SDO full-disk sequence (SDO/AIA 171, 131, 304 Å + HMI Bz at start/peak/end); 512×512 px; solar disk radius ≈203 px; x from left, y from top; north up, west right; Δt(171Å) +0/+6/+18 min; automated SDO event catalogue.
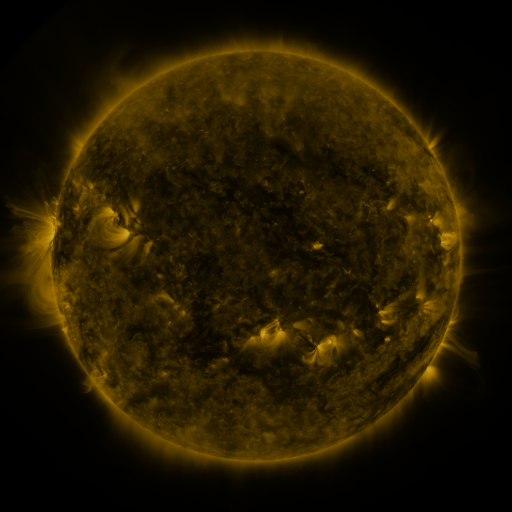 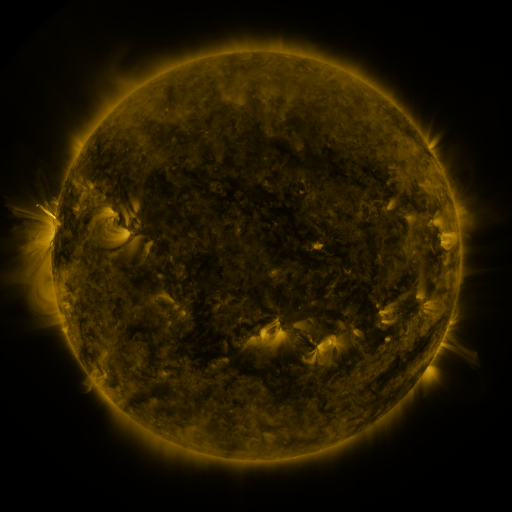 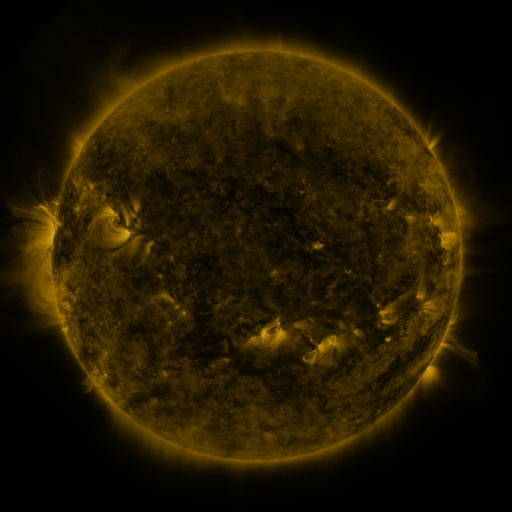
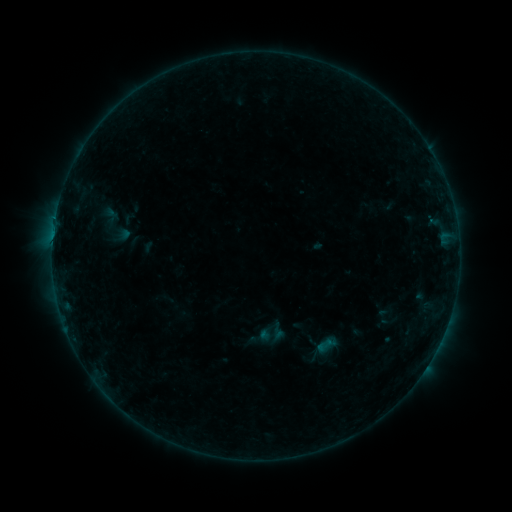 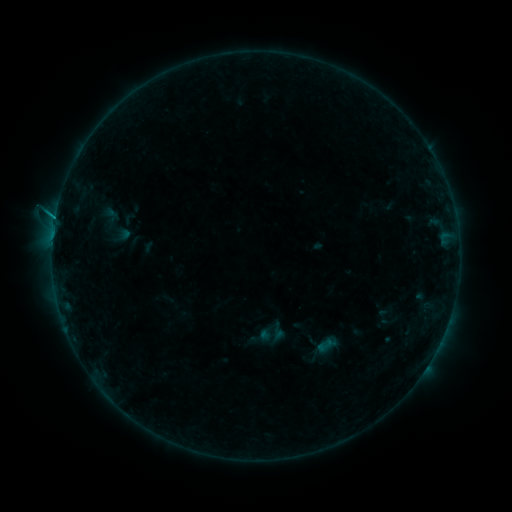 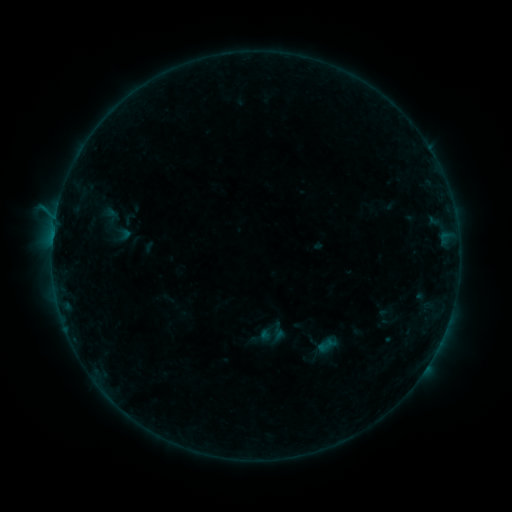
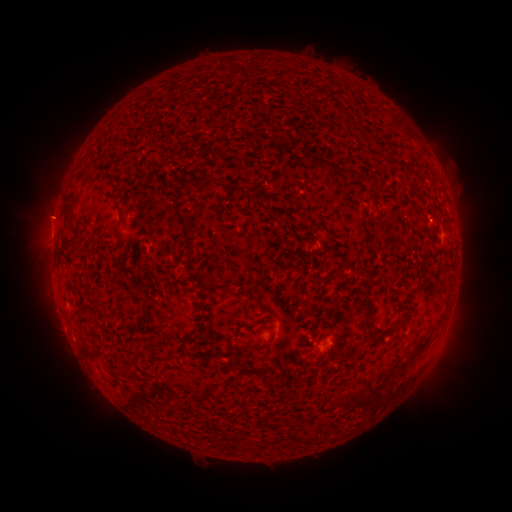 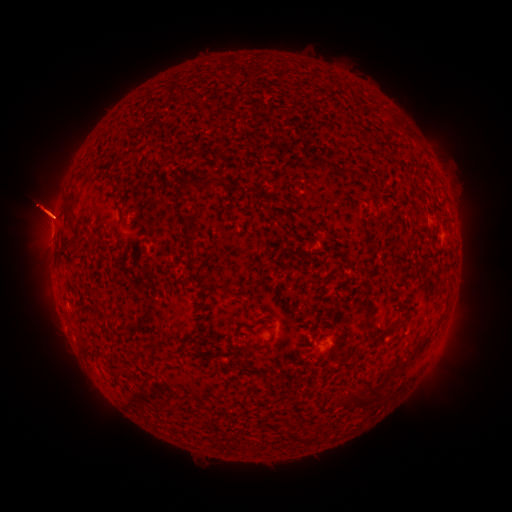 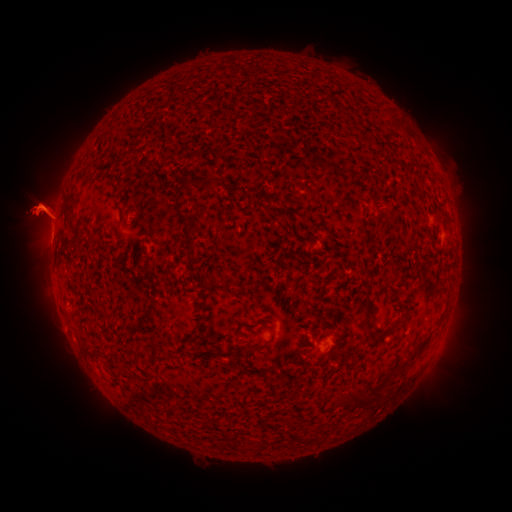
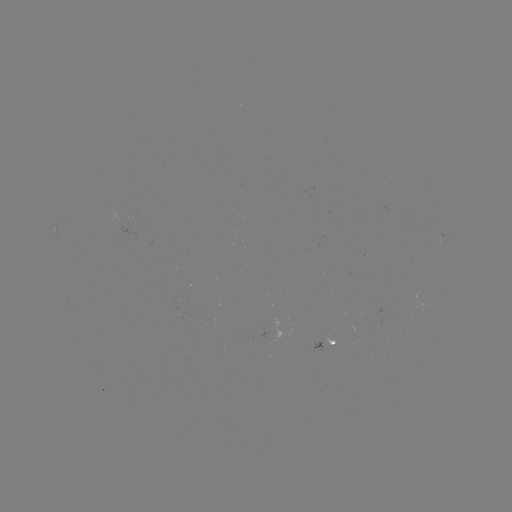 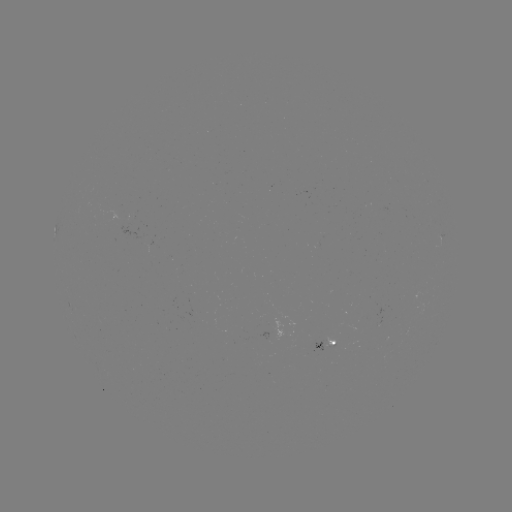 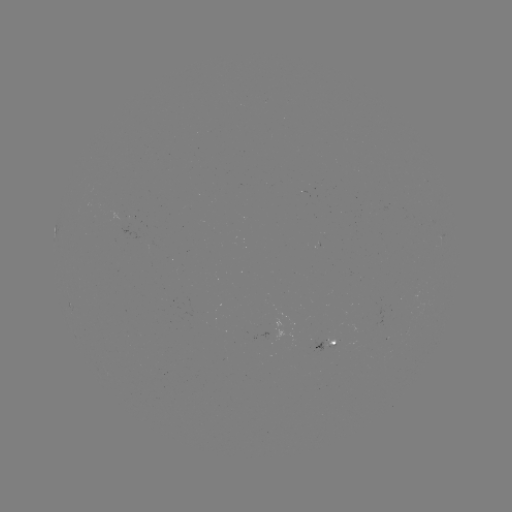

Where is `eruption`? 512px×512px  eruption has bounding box [0, 147, 103, 270].